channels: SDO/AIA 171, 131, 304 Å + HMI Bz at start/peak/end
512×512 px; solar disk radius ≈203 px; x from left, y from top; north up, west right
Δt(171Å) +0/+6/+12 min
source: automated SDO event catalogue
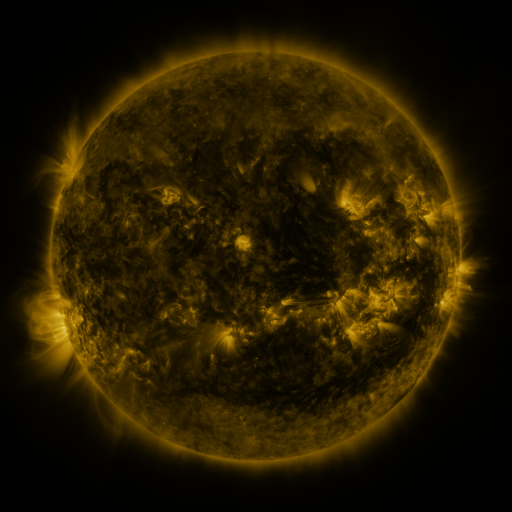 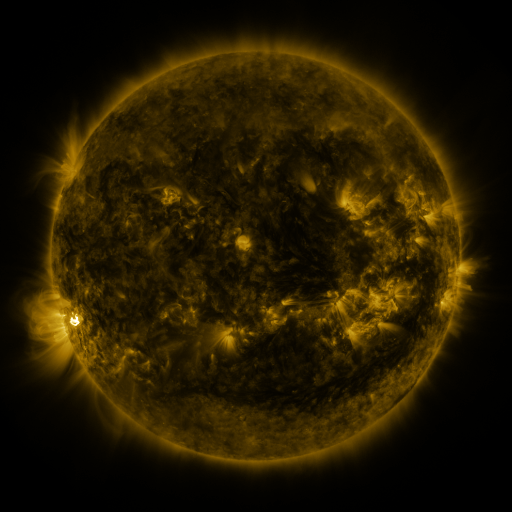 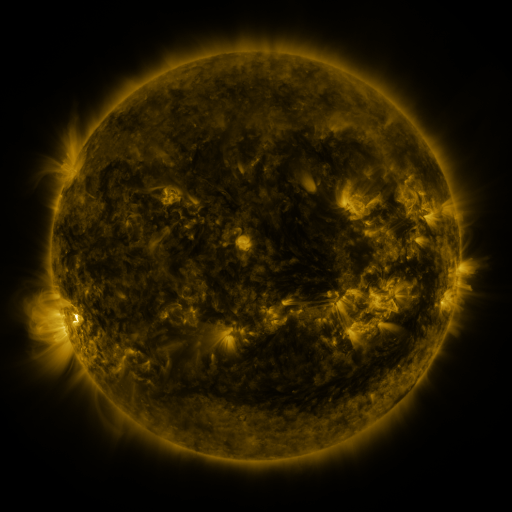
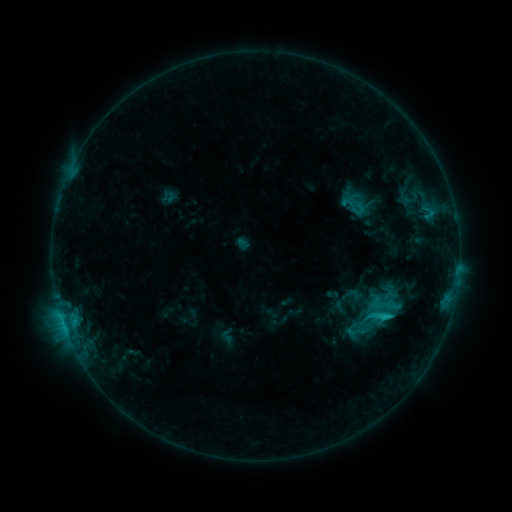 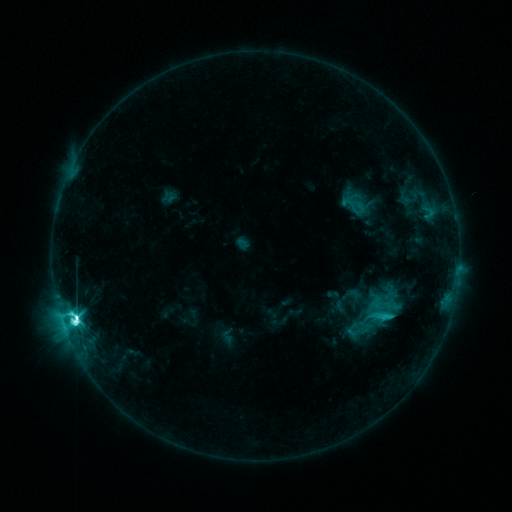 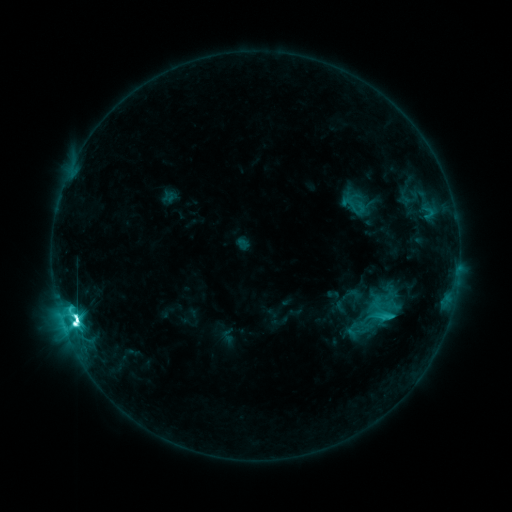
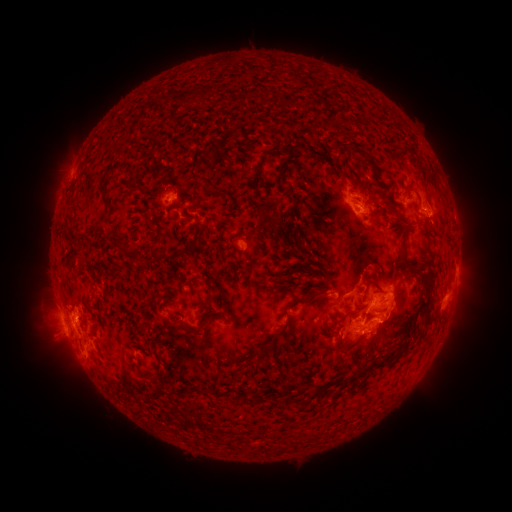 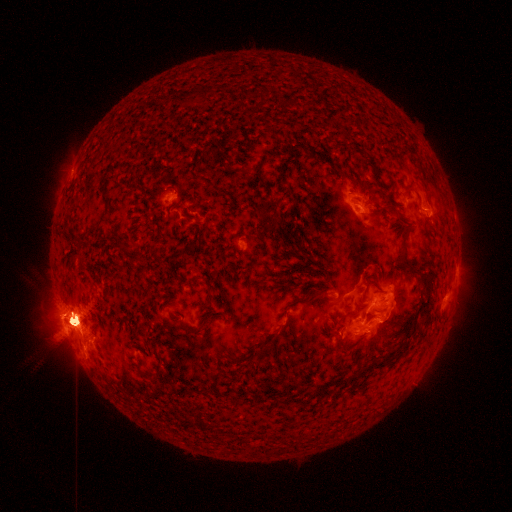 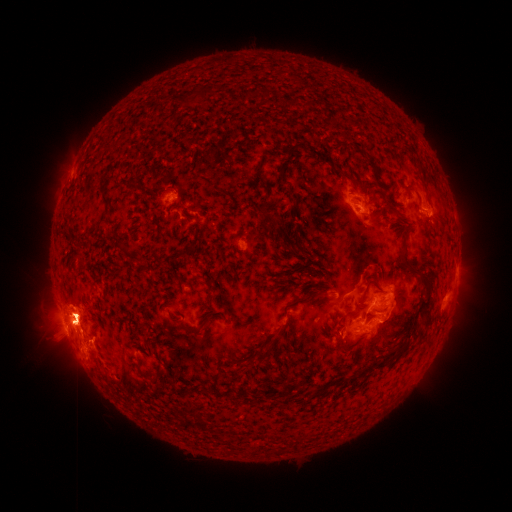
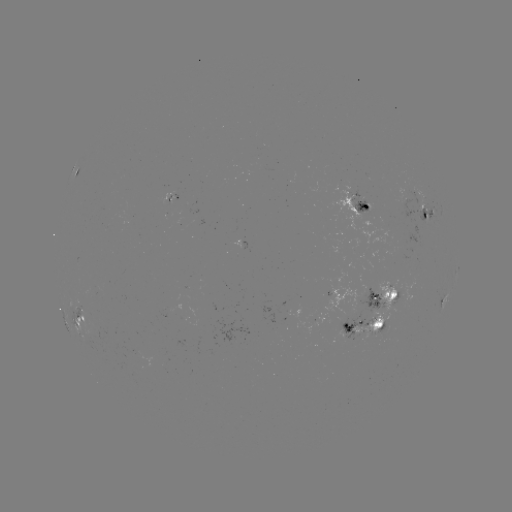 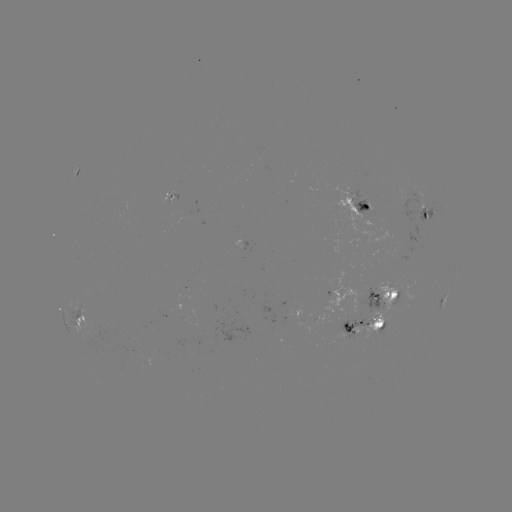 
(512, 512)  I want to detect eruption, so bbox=[343, 268, 419, 364].